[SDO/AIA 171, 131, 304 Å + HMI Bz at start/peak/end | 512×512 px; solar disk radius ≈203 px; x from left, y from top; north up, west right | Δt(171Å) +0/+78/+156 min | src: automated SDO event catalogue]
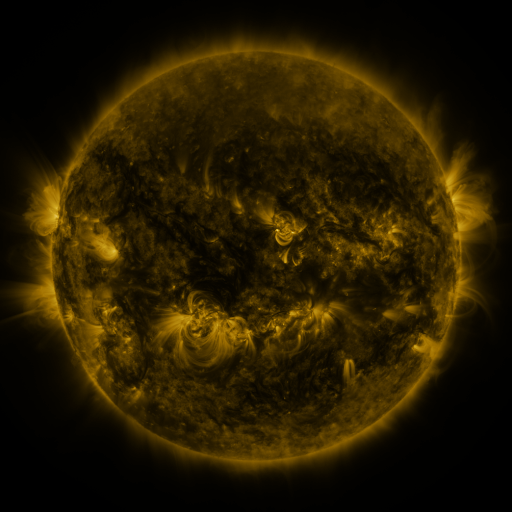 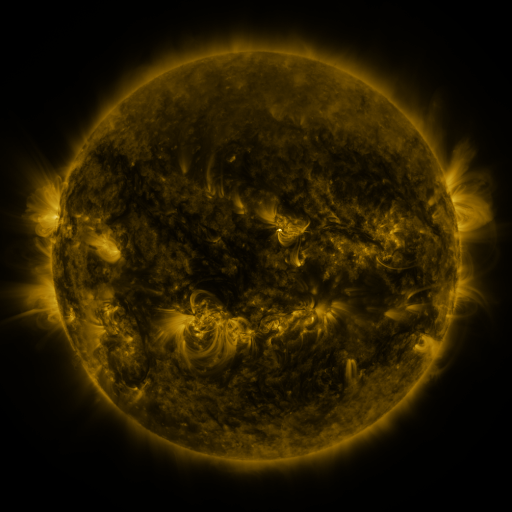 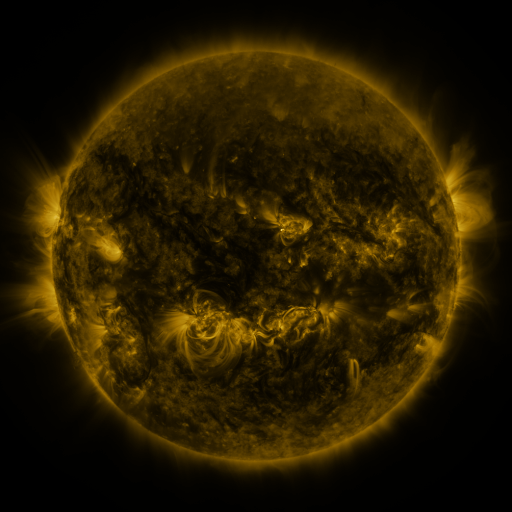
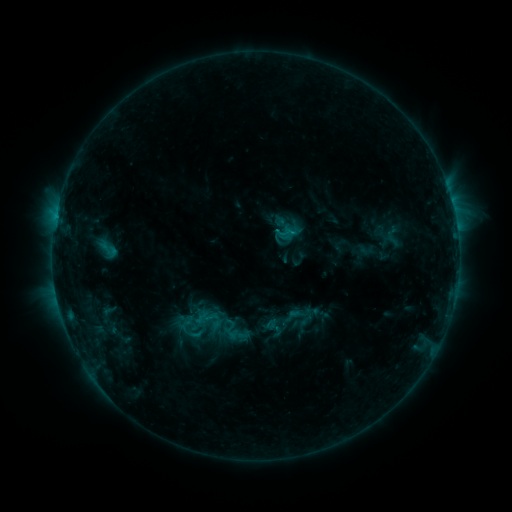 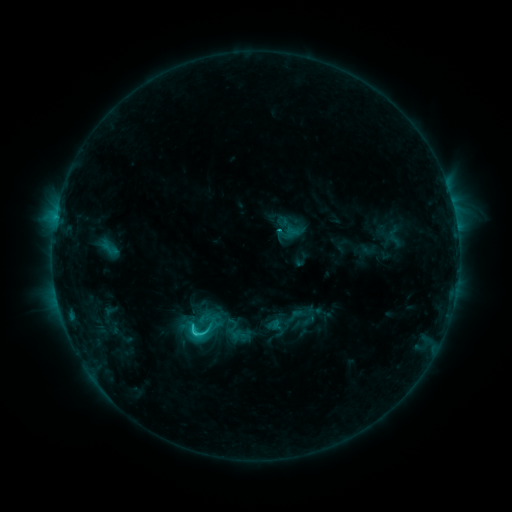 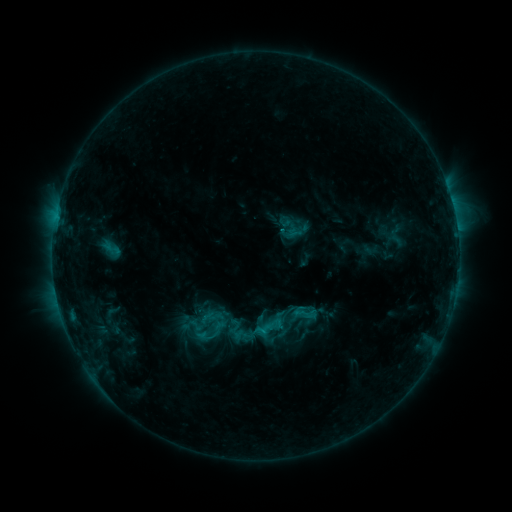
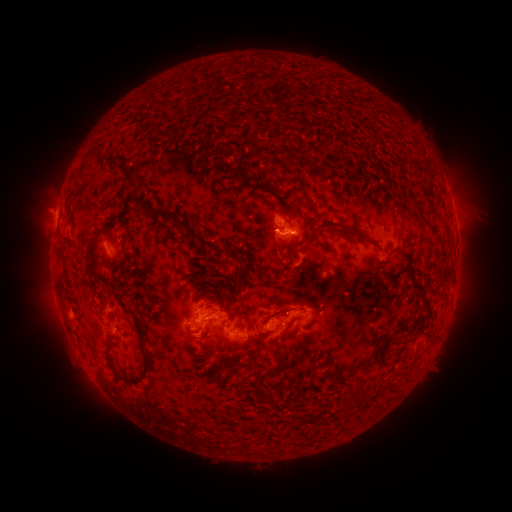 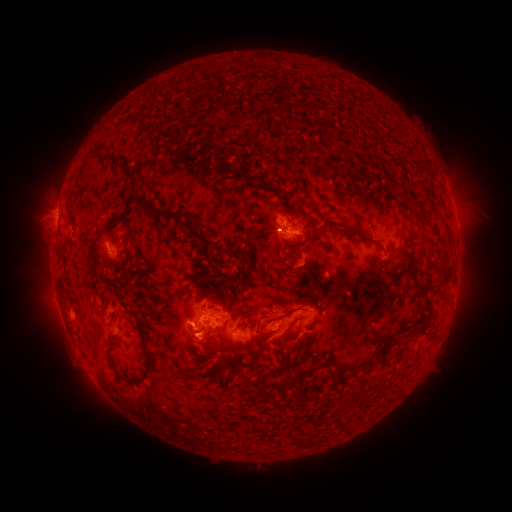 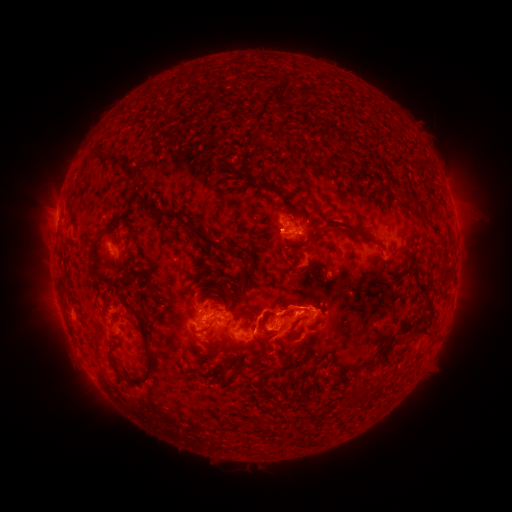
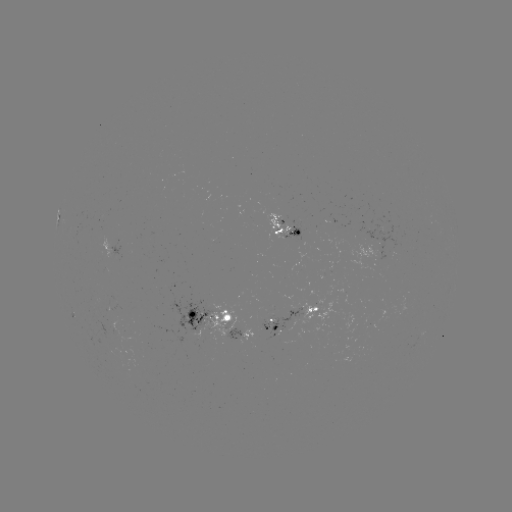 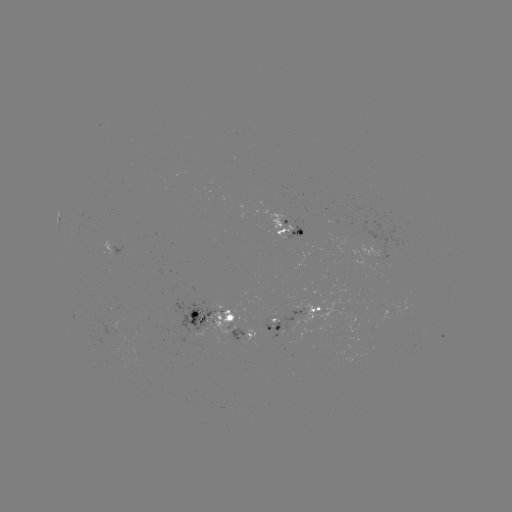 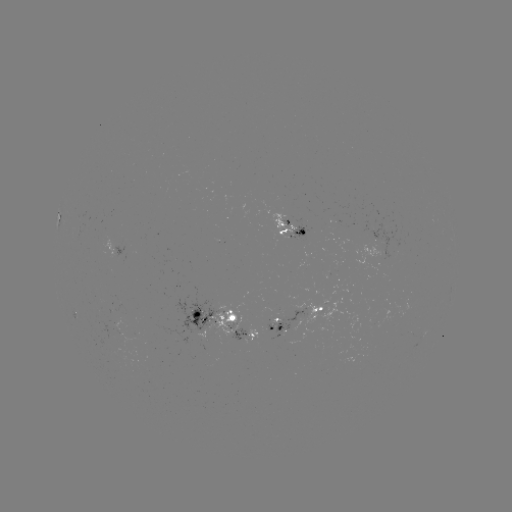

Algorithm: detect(C3.2 flare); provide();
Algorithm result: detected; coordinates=195,331